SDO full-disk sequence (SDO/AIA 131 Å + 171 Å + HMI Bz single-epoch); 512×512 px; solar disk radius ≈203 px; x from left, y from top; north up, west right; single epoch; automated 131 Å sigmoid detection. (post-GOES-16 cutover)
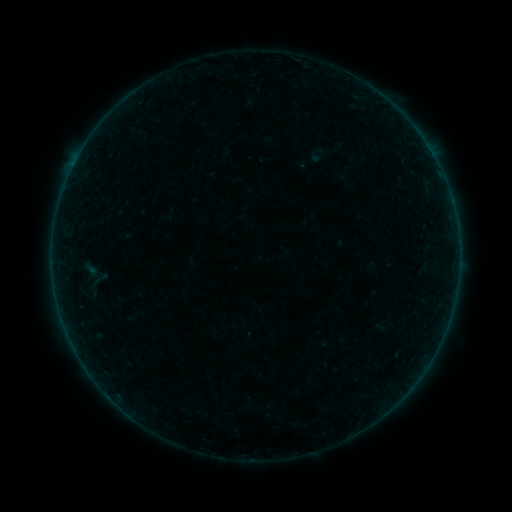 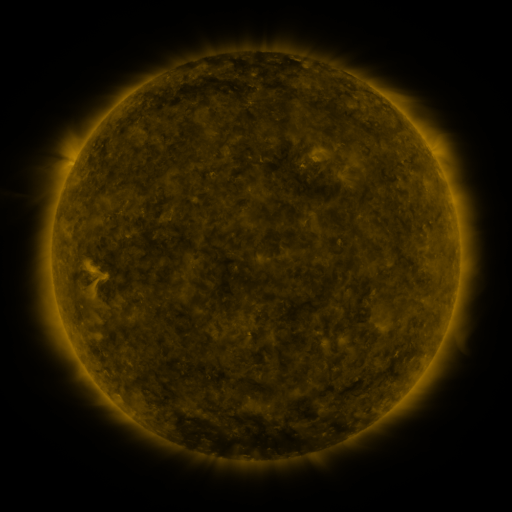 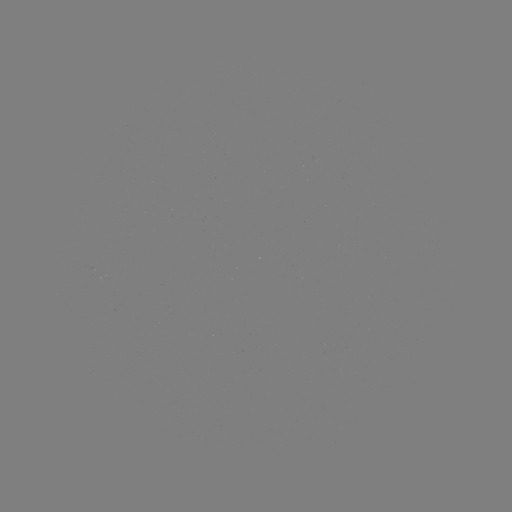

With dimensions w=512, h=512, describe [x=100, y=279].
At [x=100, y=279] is sigmoid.